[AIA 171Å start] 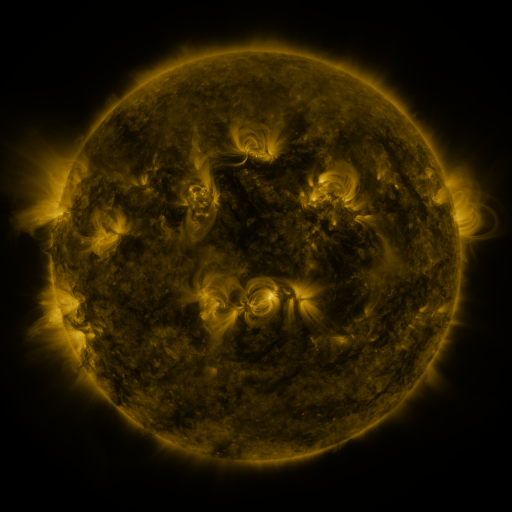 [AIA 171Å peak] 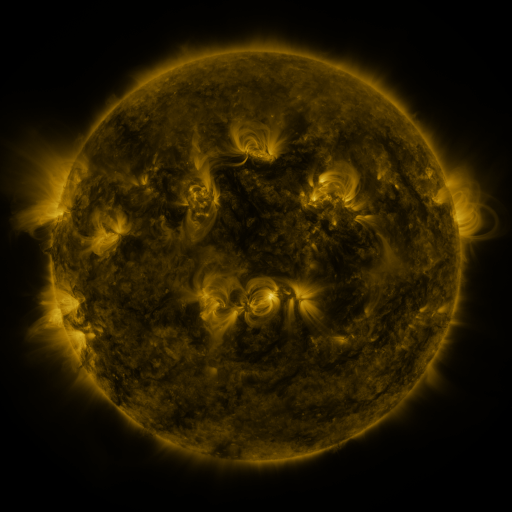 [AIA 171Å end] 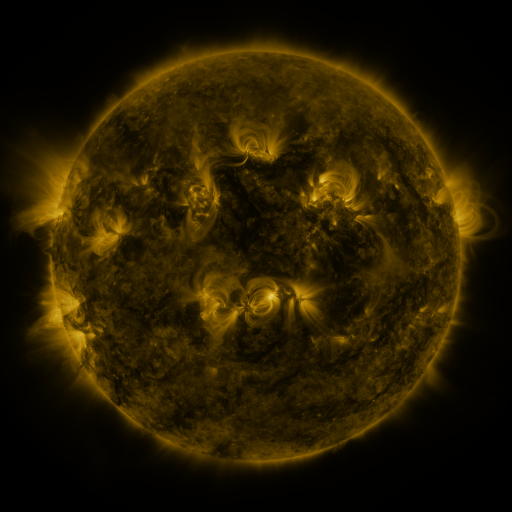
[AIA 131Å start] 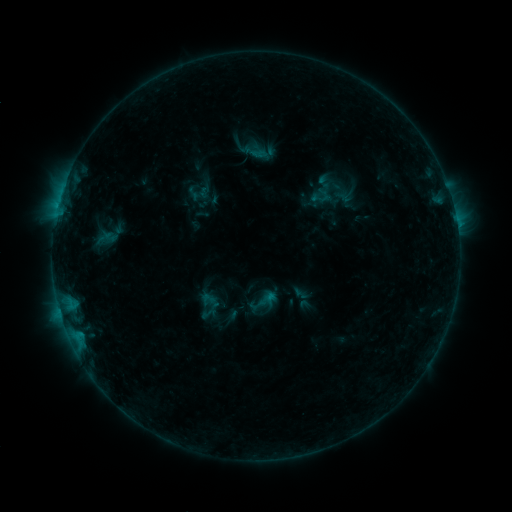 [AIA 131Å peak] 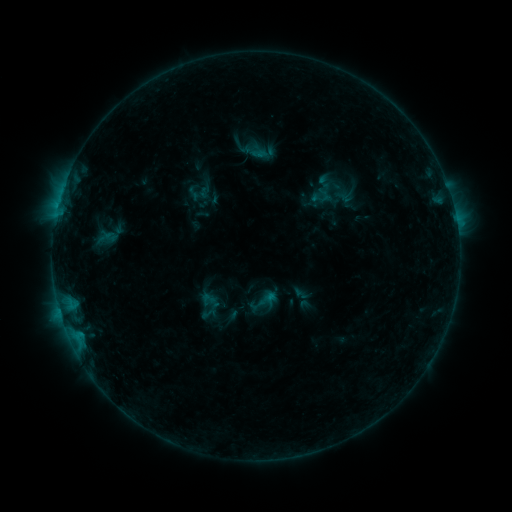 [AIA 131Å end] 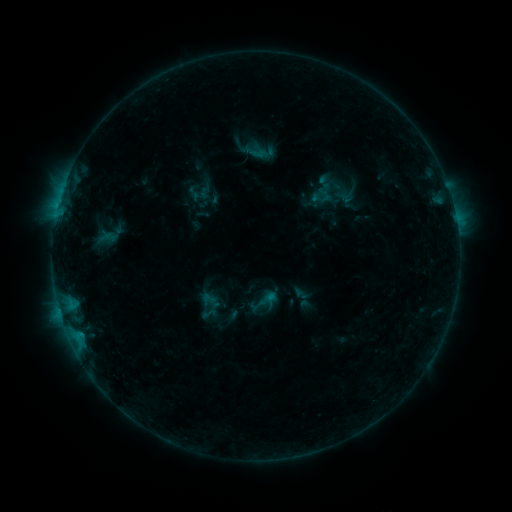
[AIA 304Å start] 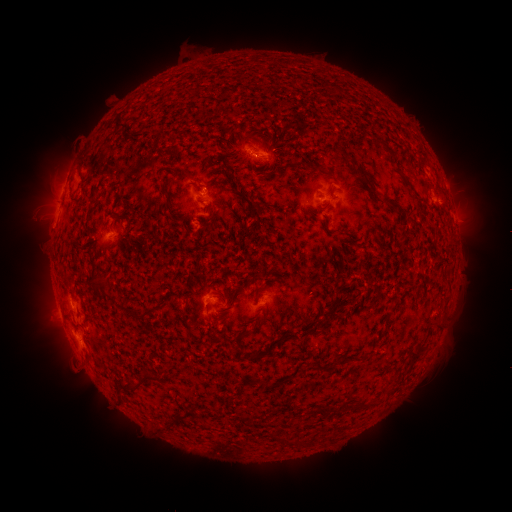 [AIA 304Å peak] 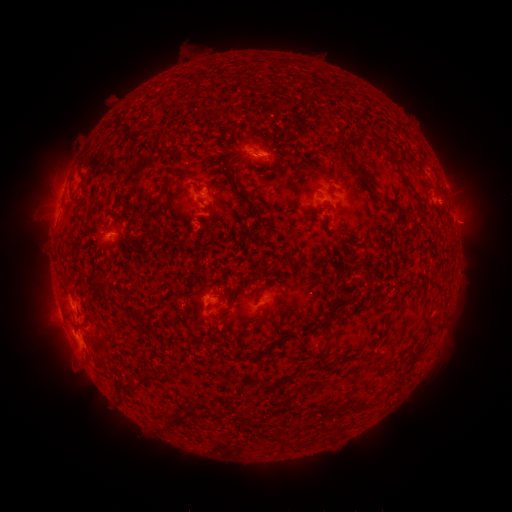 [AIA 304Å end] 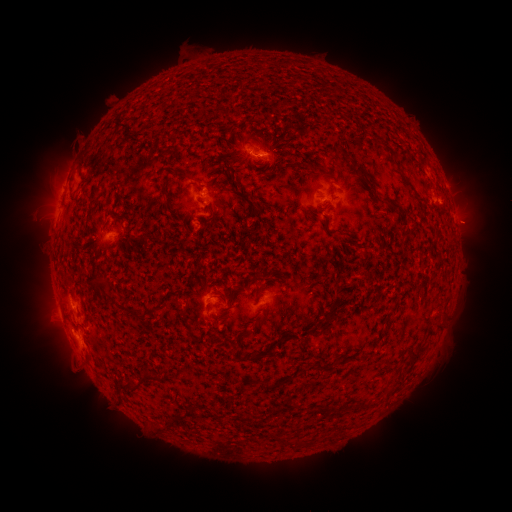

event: eruption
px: (469, 224)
